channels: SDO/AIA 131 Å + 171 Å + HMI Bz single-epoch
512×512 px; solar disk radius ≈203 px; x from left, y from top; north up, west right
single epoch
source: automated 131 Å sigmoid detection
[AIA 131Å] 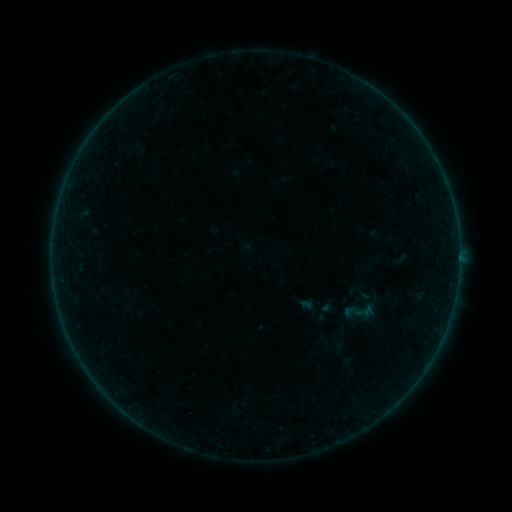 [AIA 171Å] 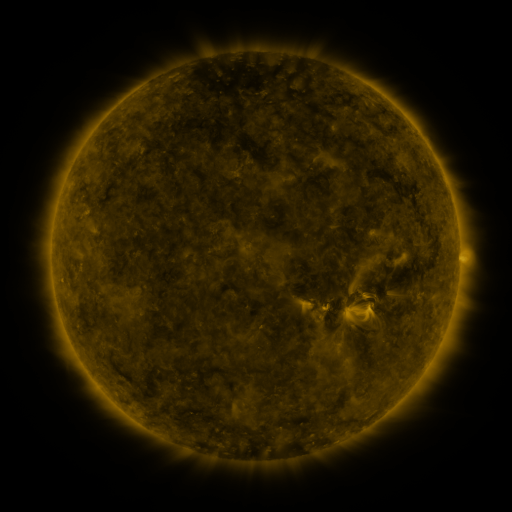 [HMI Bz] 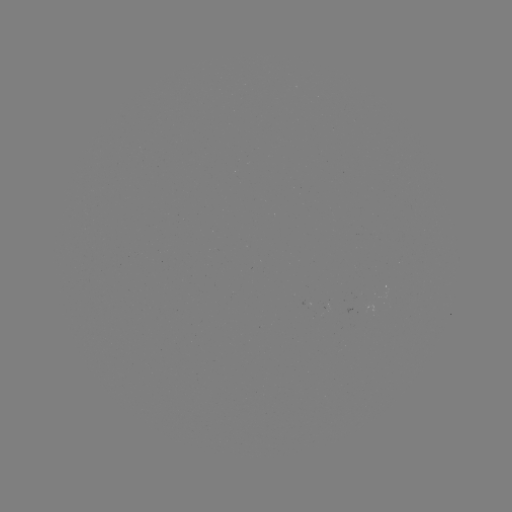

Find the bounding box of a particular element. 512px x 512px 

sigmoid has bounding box [348, 298, 375, 325].